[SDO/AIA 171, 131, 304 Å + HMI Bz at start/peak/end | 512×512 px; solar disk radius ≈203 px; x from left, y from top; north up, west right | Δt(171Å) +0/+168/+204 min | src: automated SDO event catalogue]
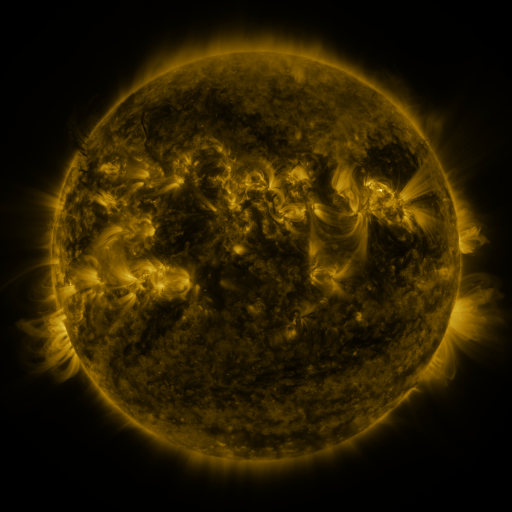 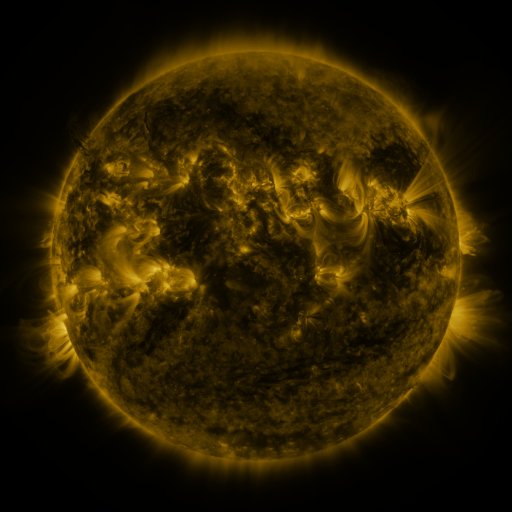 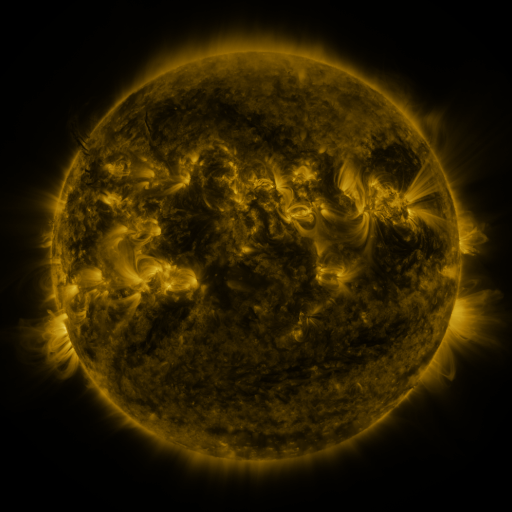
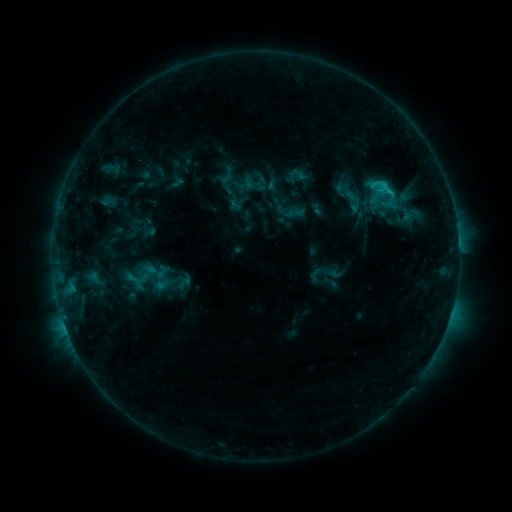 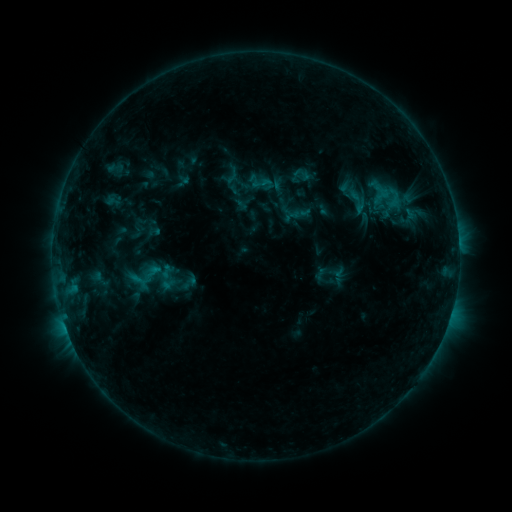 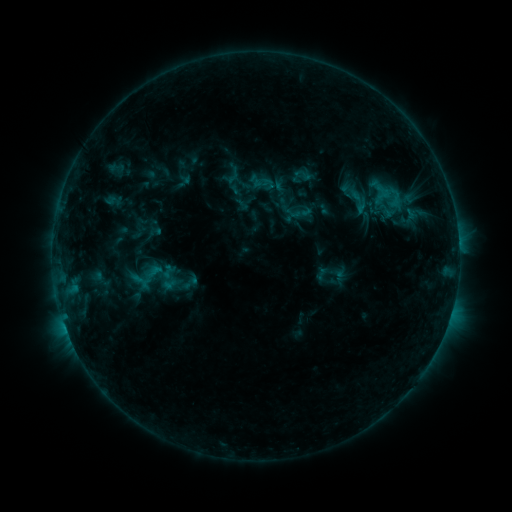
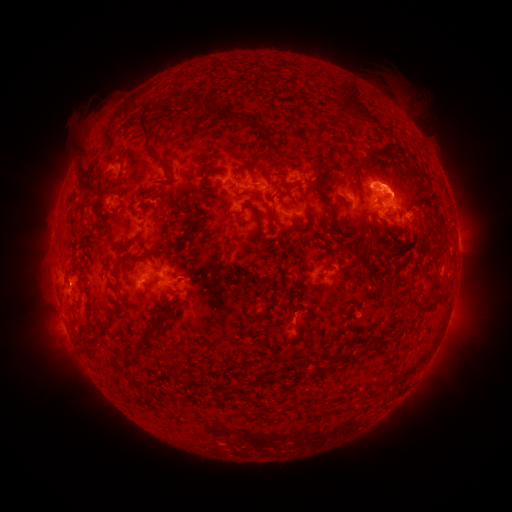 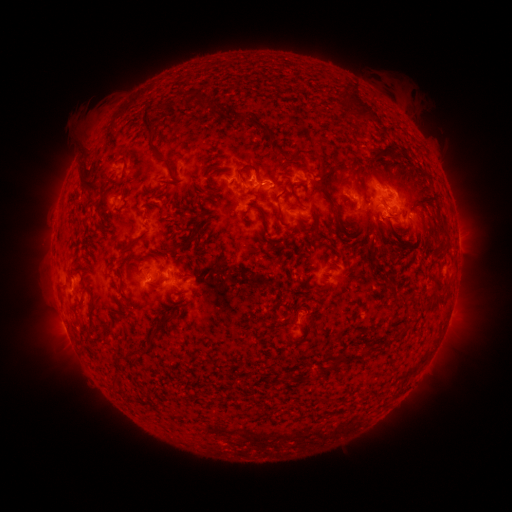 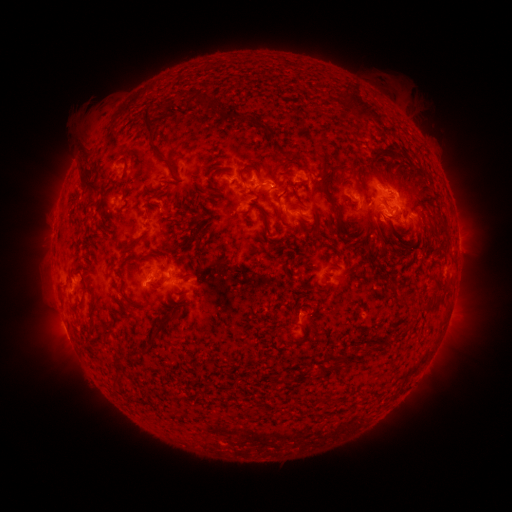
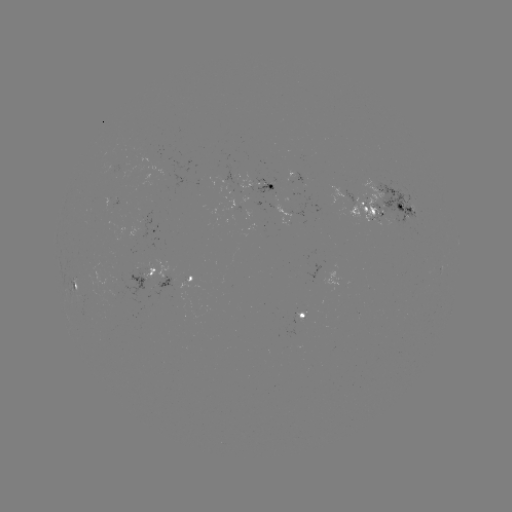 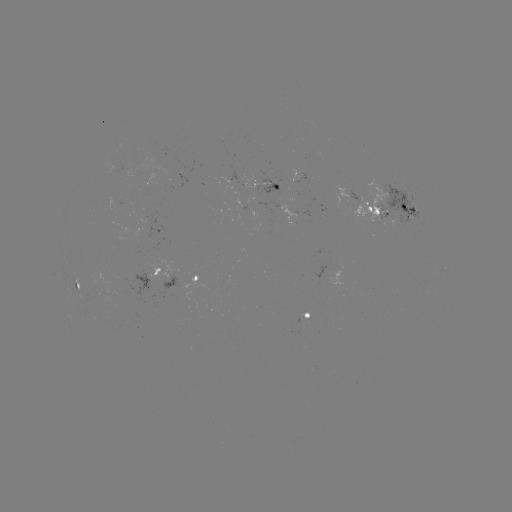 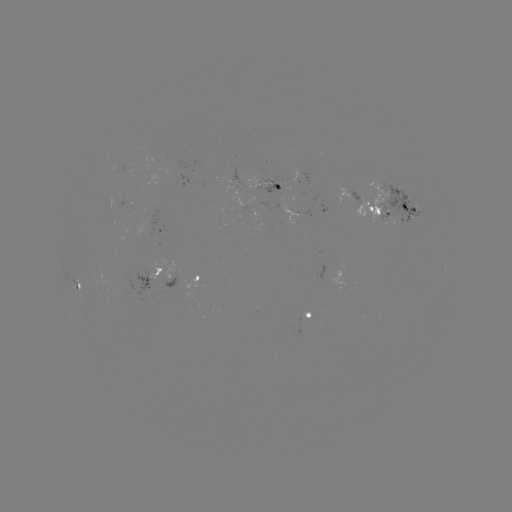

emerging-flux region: <bbox>300, 310, 310, 323</bbox>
